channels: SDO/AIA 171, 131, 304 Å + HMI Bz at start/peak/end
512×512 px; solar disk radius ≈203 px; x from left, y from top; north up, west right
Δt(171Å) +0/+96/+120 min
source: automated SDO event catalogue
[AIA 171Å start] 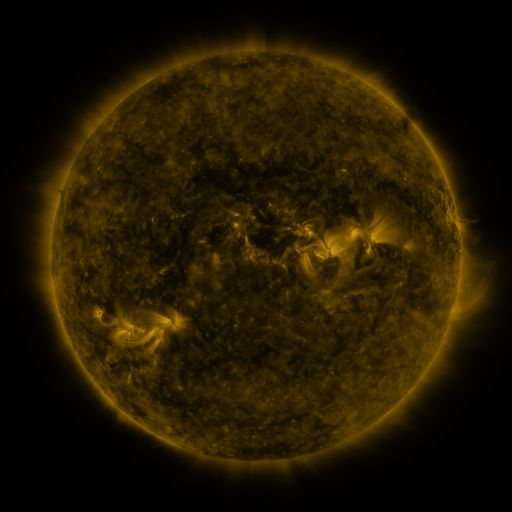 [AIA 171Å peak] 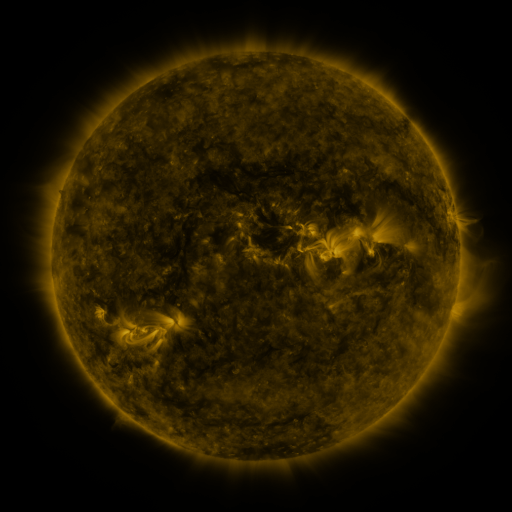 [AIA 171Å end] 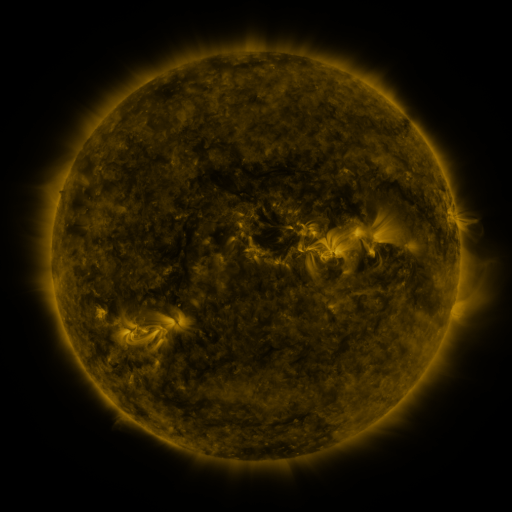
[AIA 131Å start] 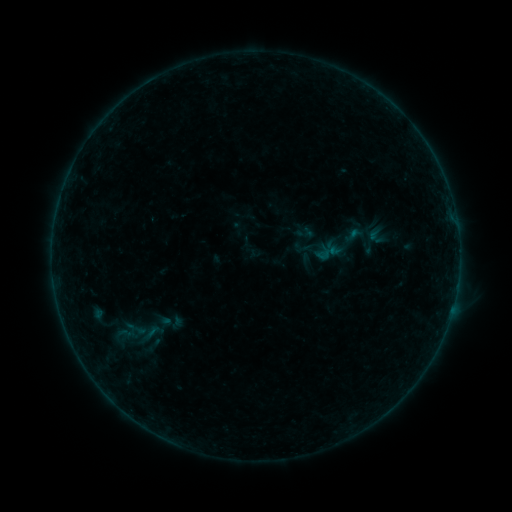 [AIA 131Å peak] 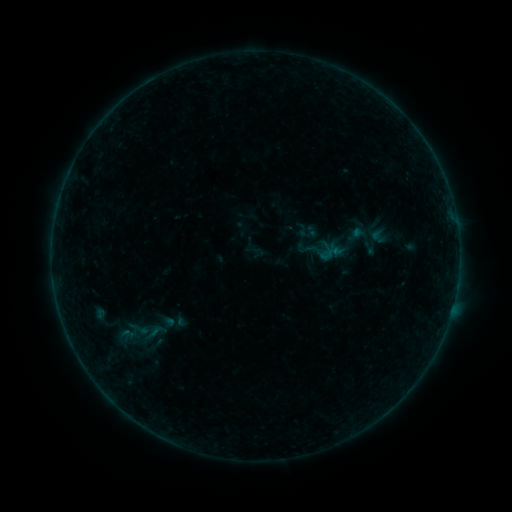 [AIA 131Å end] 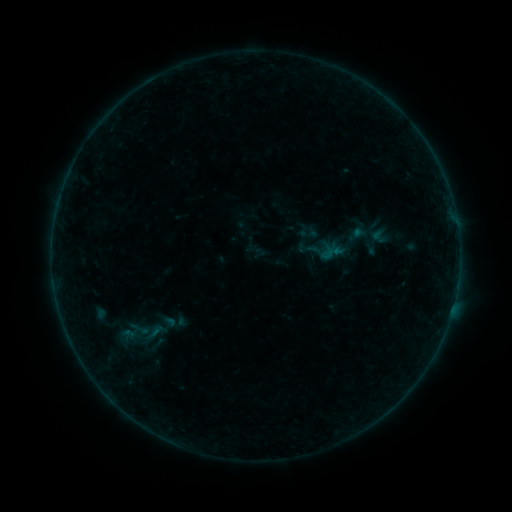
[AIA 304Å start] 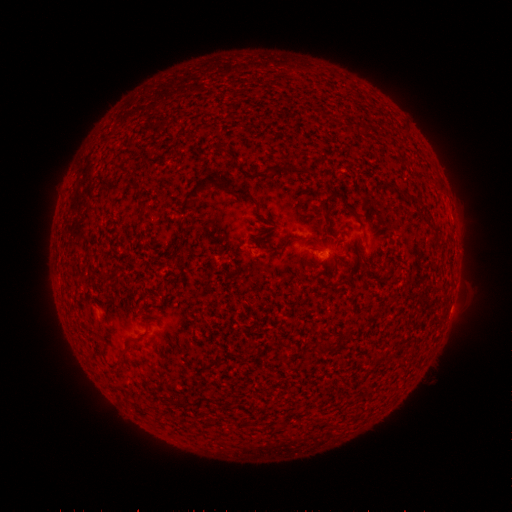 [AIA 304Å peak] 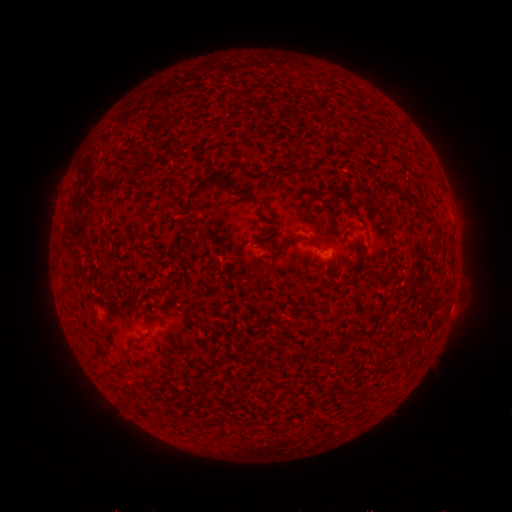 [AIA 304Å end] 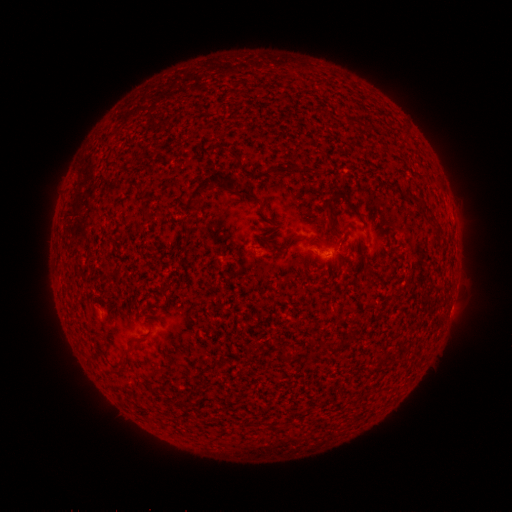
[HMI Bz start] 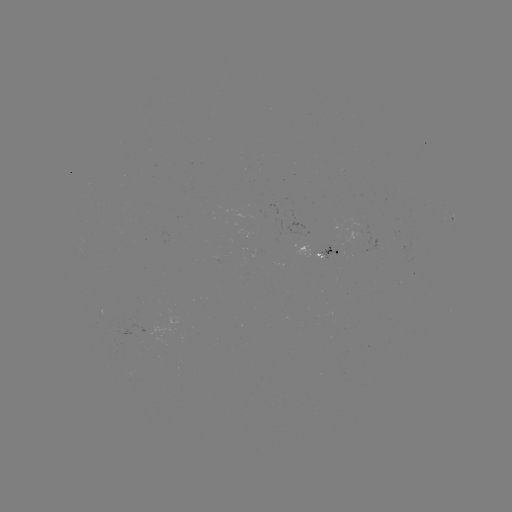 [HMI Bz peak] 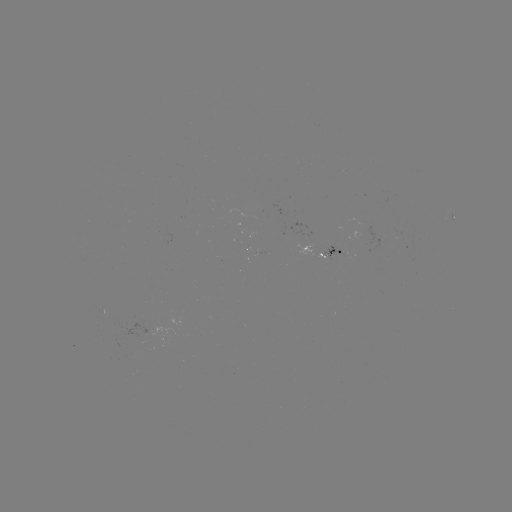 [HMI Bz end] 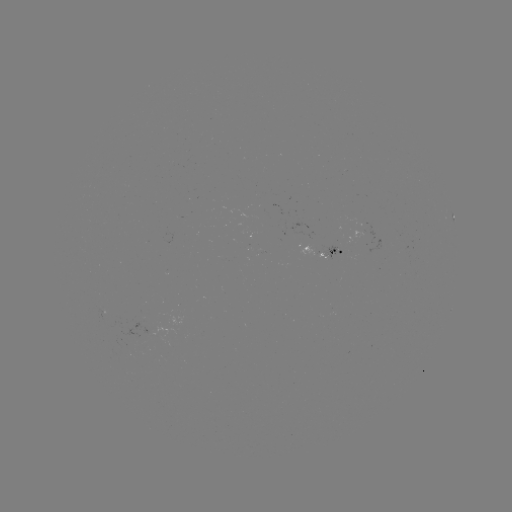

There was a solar emerging-flux region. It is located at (339, 248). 